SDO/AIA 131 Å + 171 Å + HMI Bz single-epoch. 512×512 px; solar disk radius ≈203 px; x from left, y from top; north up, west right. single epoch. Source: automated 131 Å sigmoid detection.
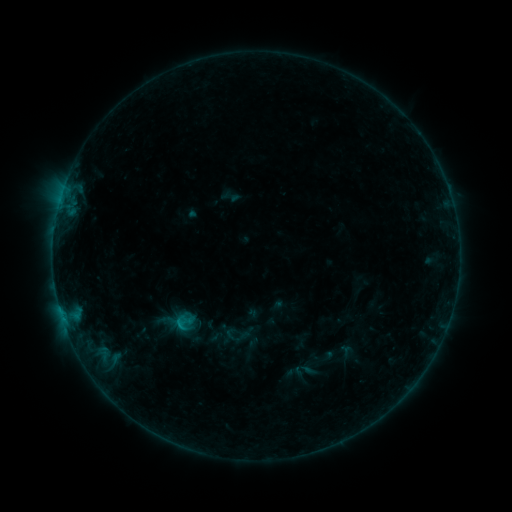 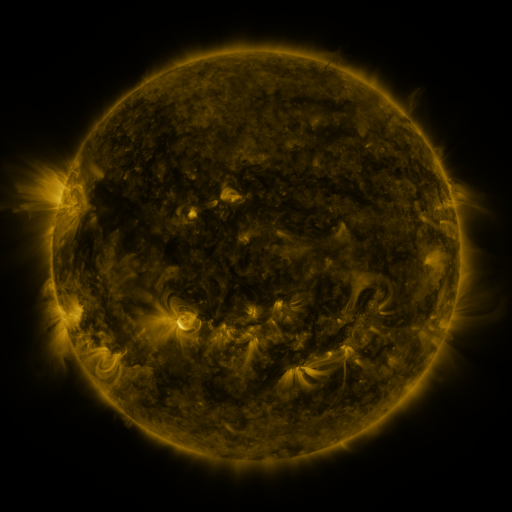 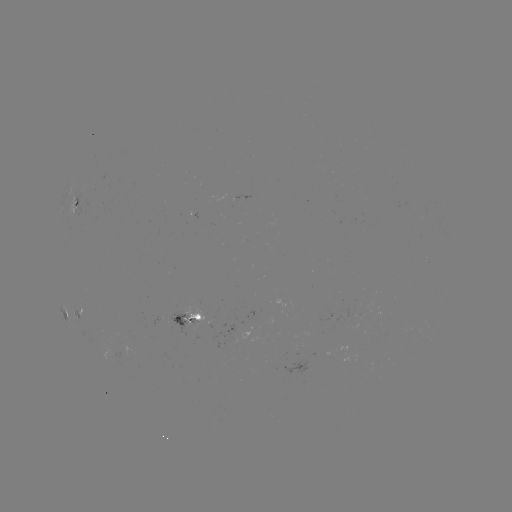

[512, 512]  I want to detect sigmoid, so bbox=[169, 309, 199, 334].